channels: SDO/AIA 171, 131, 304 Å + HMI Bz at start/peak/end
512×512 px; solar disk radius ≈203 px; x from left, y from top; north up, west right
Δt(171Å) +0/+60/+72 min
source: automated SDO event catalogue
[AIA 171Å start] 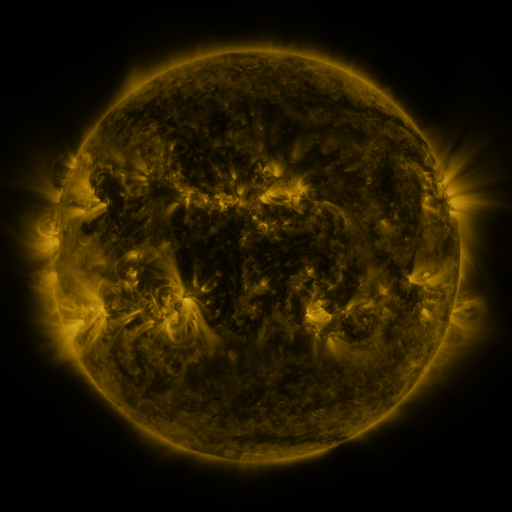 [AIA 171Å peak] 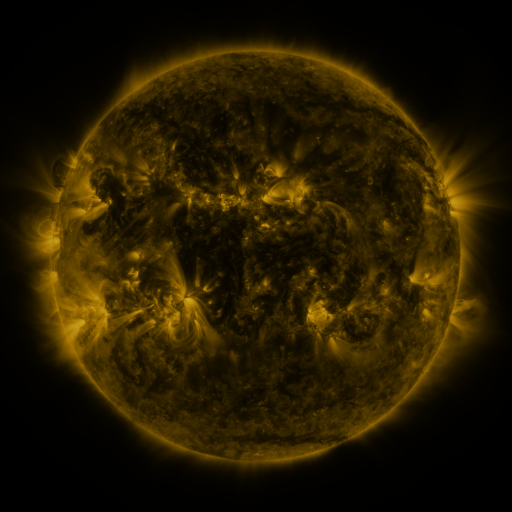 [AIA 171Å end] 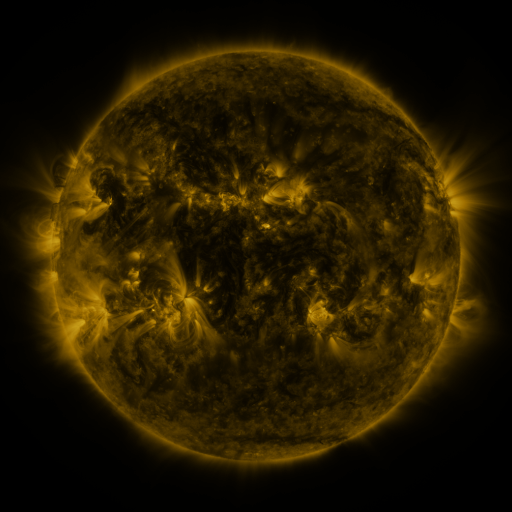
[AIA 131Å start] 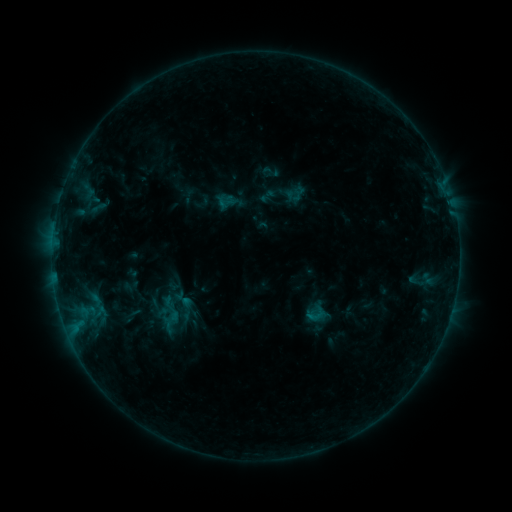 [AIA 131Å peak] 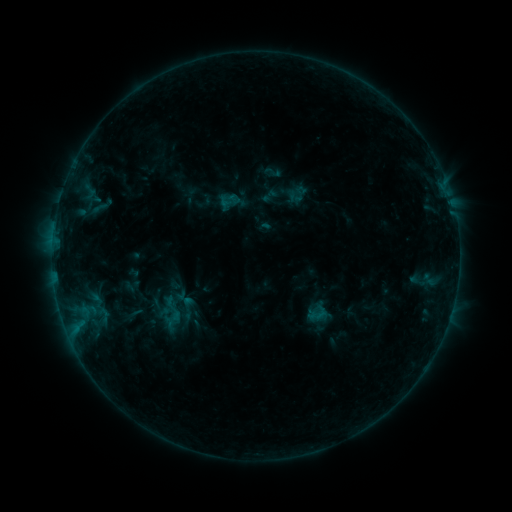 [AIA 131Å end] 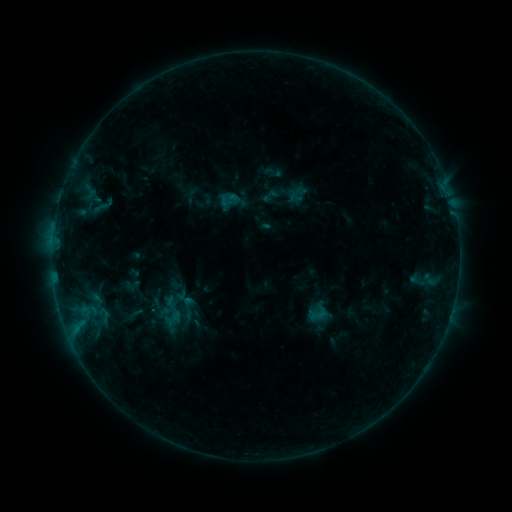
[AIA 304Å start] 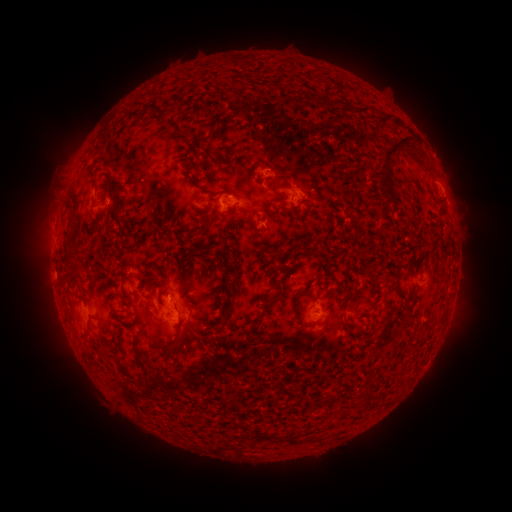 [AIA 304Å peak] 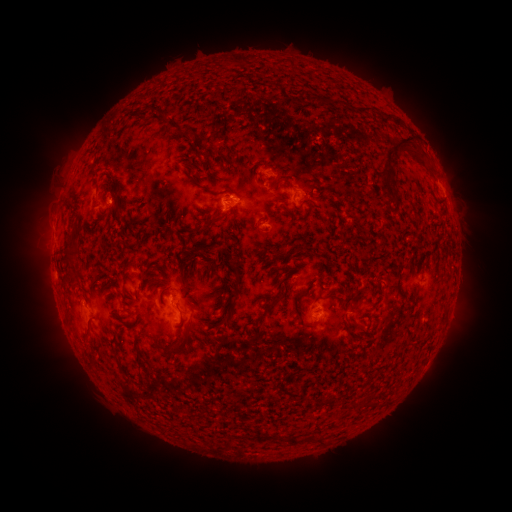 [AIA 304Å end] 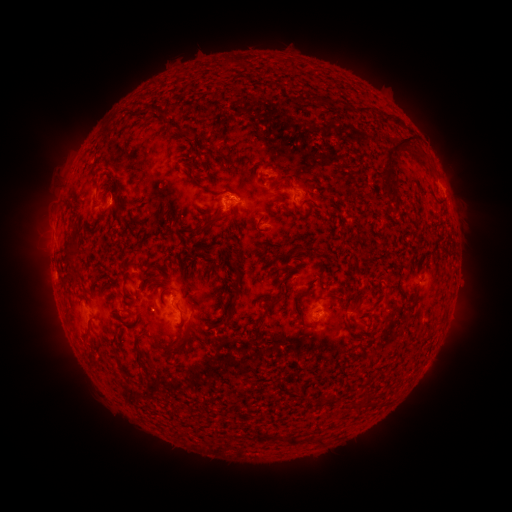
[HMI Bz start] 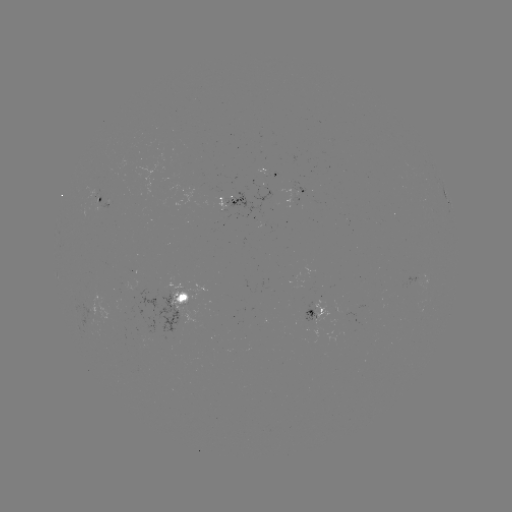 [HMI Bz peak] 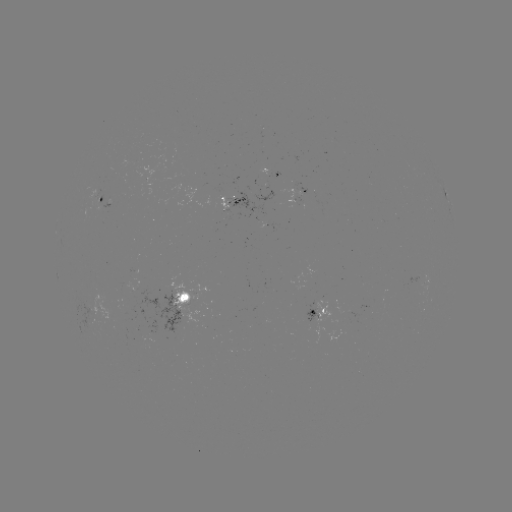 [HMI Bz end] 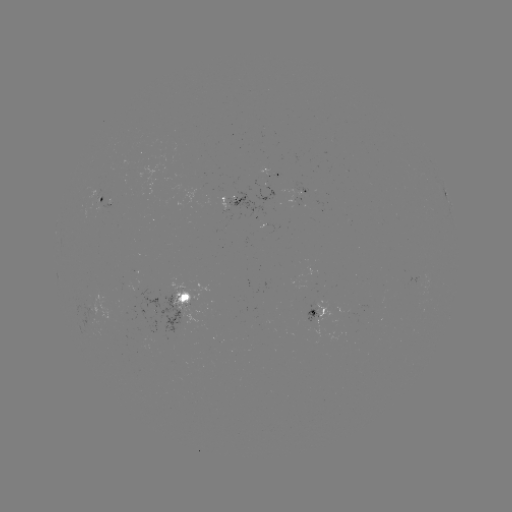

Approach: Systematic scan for emerging-flux region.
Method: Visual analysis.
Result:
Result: emerging-flux region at [267, 170].